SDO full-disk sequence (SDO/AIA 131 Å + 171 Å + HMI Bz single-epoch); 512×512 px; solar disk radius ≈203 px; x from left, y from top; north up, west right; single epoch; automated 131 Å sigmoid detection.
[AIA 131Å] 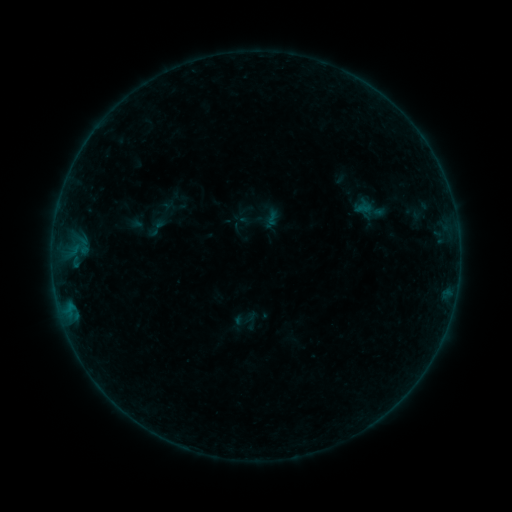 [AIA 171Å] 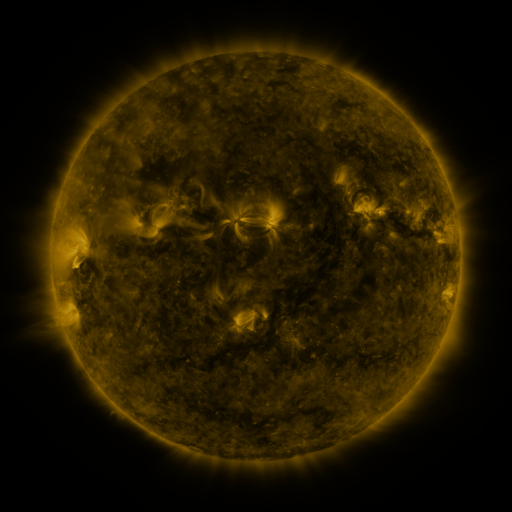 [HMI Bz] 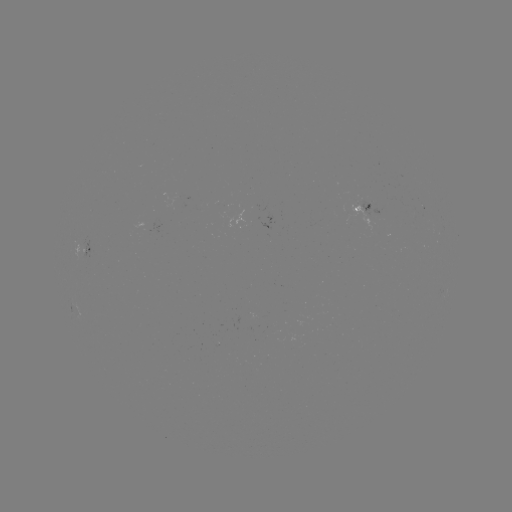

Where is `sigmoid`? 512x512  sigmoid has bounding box [145, 216, 168, 240].